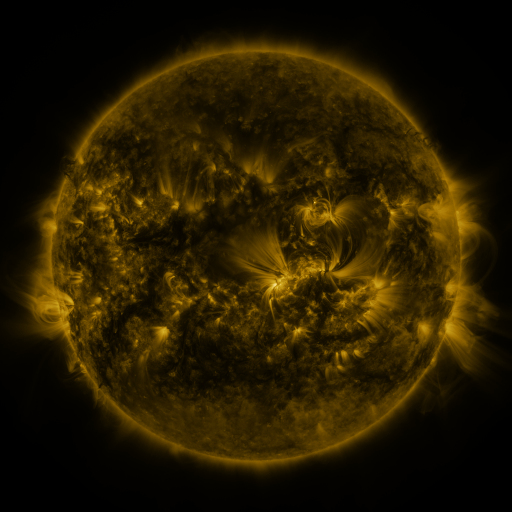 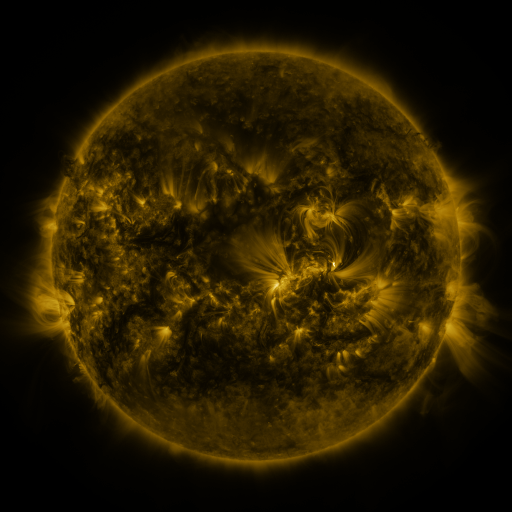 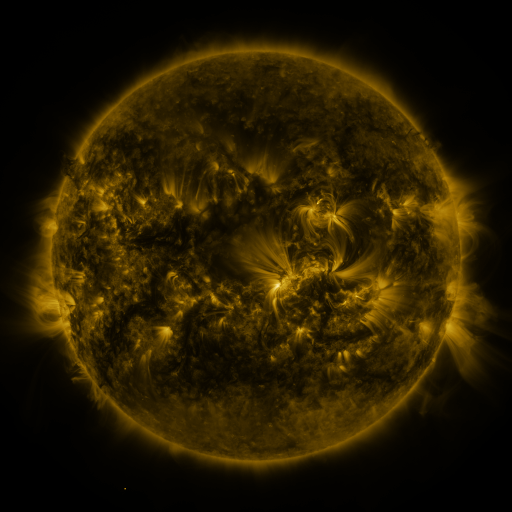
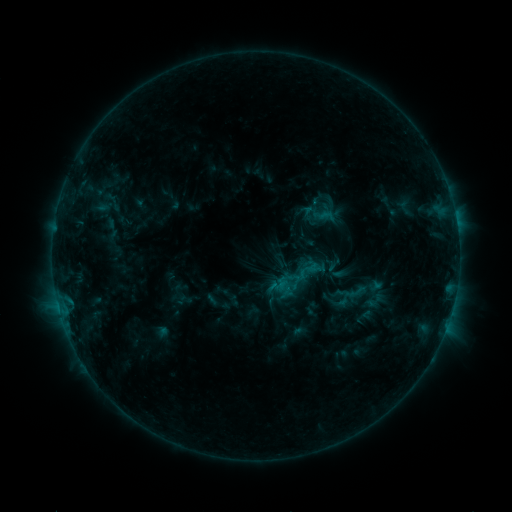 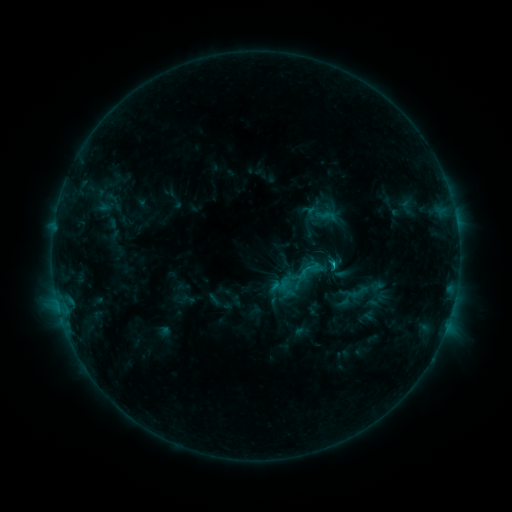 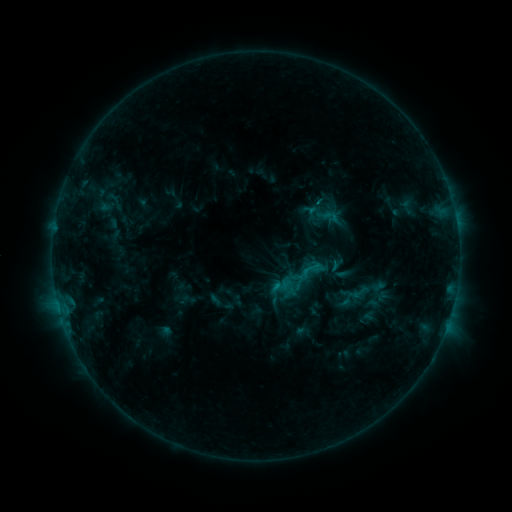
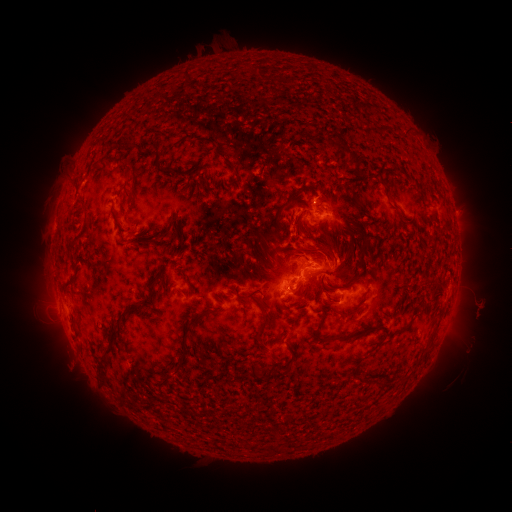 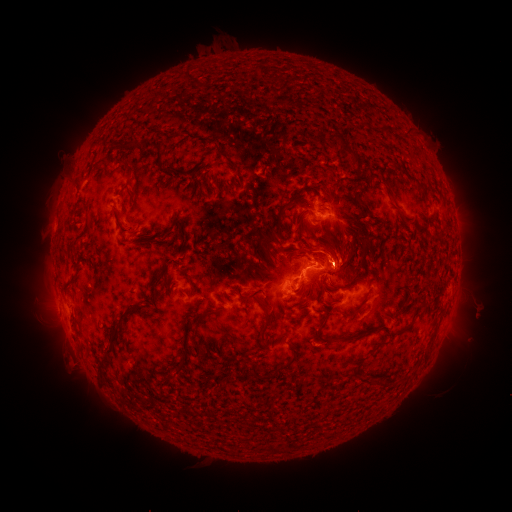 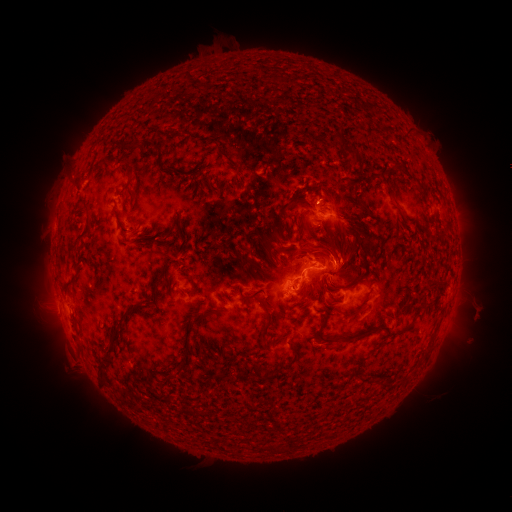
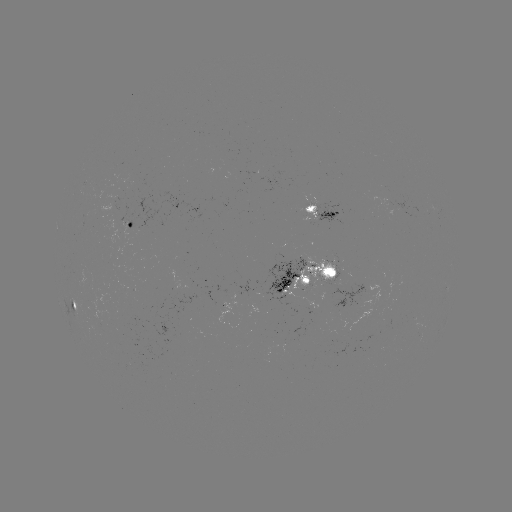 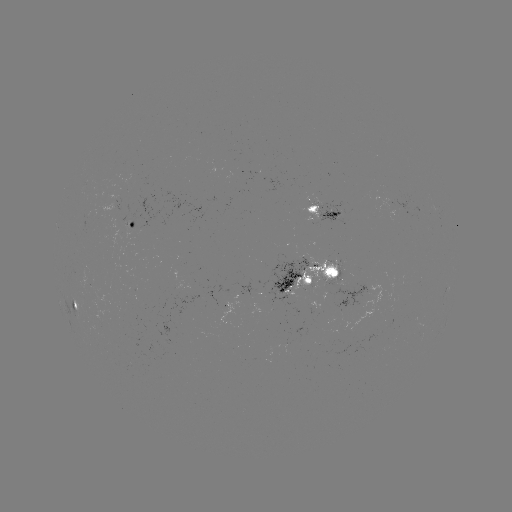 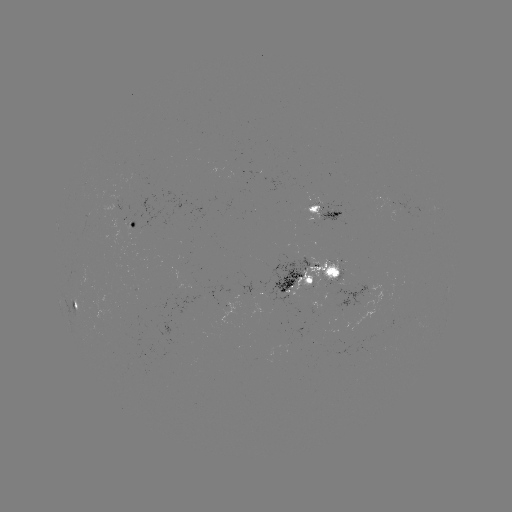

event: emerging-flux region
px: (137, 221)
